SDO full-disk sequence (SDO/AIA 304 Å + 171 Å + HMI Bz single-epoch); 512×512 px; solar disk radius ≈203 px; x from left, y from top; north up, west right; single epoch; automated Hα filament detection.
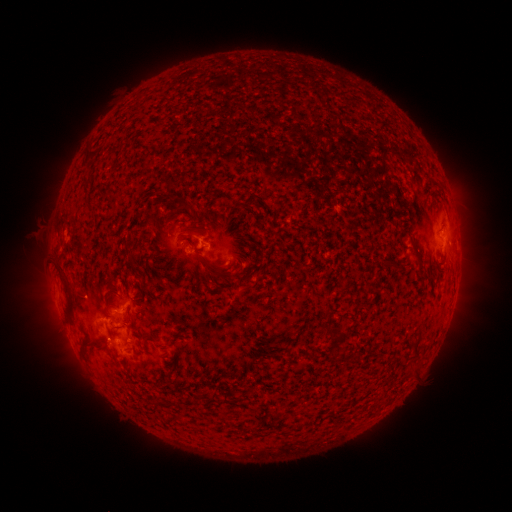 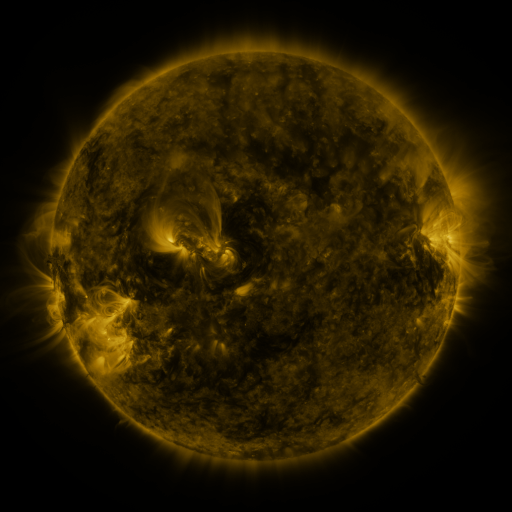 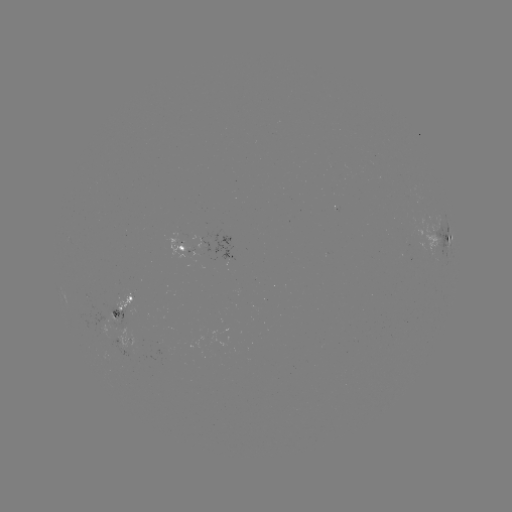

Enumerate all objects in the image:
filament: <bbox>84, 149, 98, 162</bbox>
filament: <bbox>184, 226, 197, 238</bbox>
filament: <bbox>200, 261, 231, 277</bbox>
filament: <bbox>57, 264, 65, 276</bbox>
filament: <bbox>65, 297, 76, 318</bbox>
filament: <bbox>144, 333, 156, 342</bbox>
